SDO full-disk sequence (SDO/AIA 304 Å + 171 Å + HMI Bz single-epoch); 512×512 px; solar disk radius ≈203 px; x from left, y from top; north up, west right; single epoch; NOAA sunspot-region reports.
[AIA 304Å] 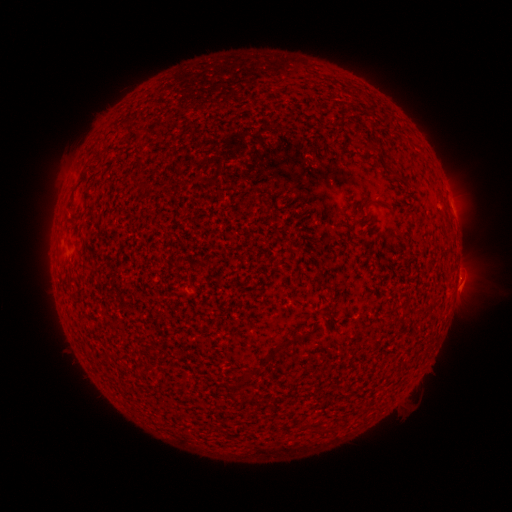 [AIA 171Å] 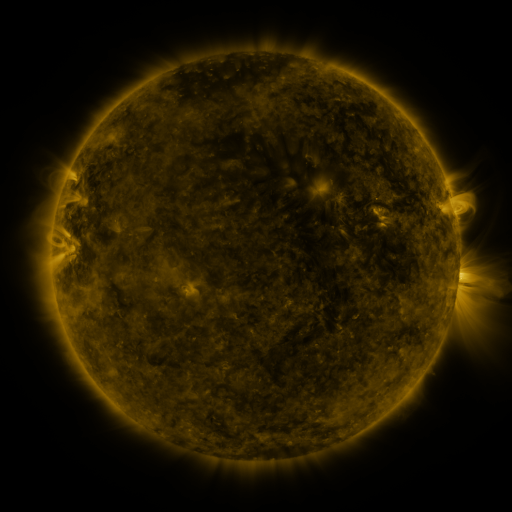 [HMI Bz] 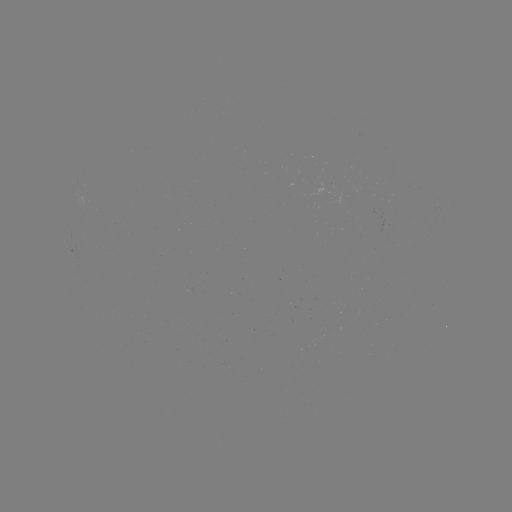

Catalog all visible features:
(none)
